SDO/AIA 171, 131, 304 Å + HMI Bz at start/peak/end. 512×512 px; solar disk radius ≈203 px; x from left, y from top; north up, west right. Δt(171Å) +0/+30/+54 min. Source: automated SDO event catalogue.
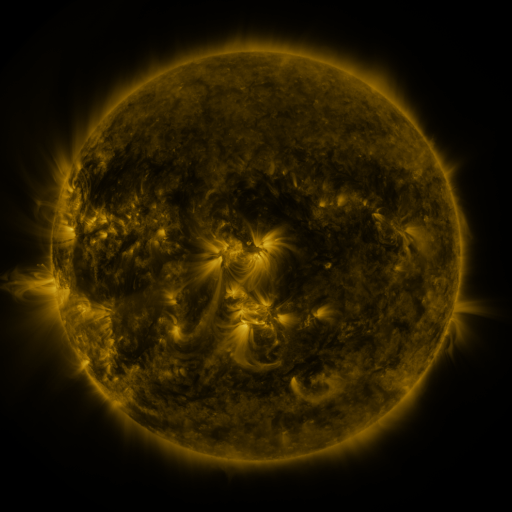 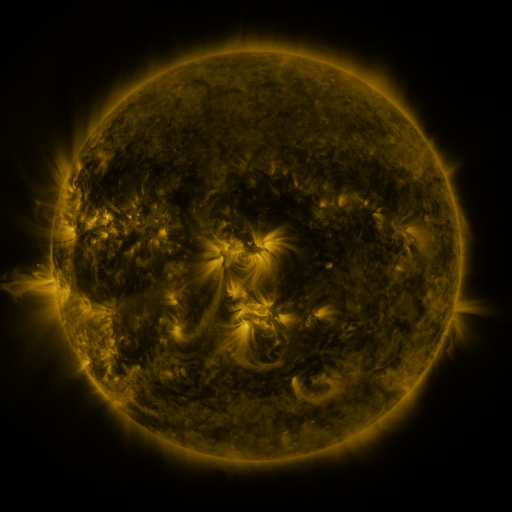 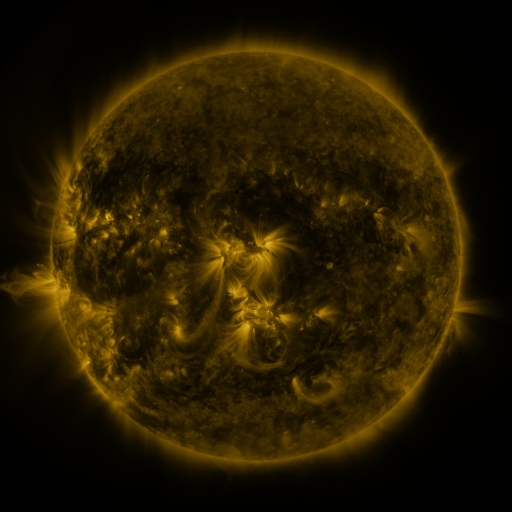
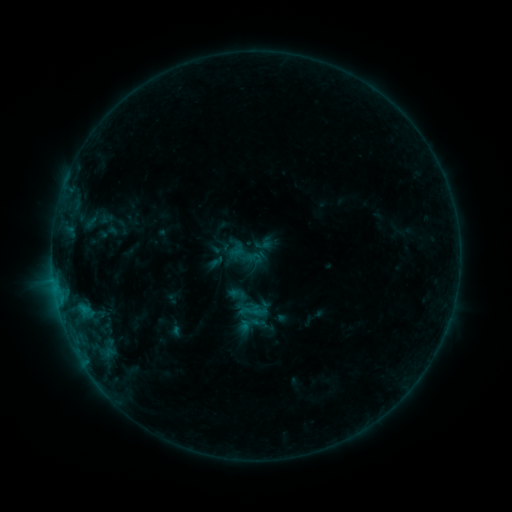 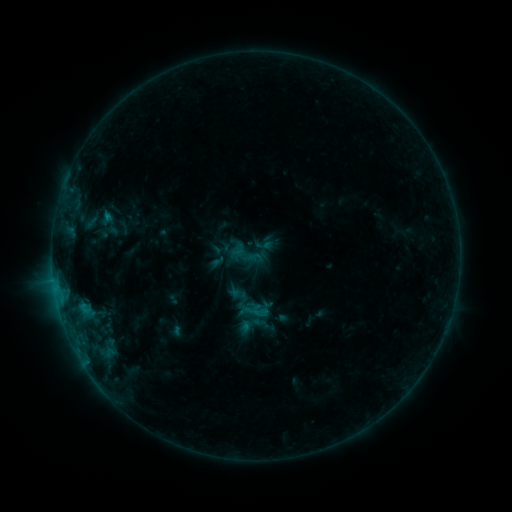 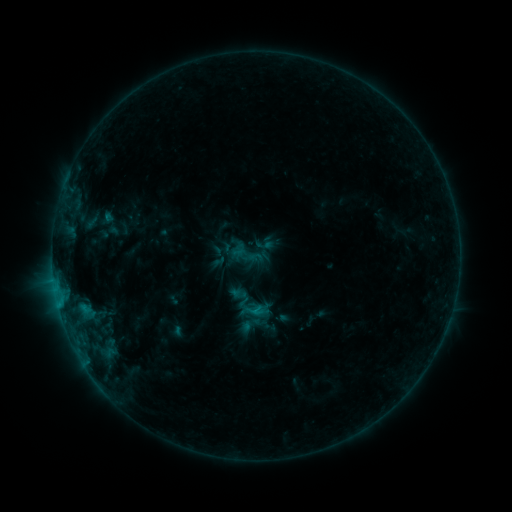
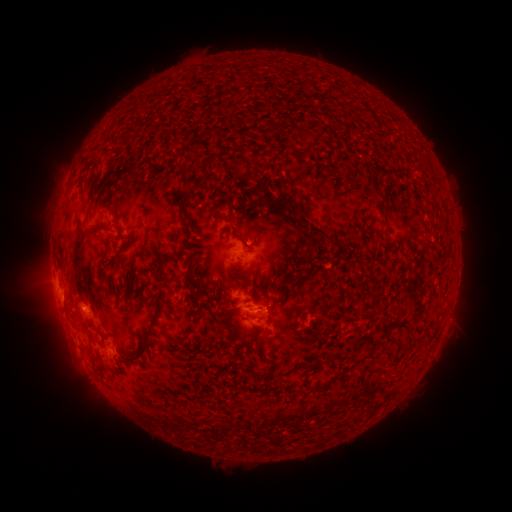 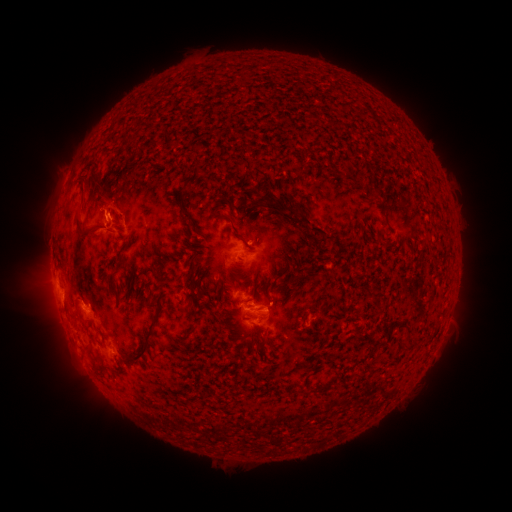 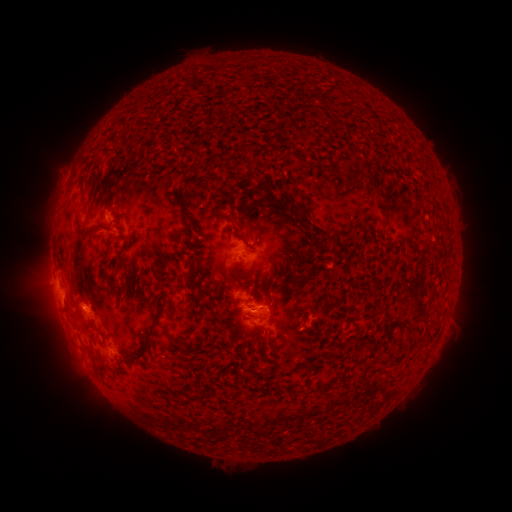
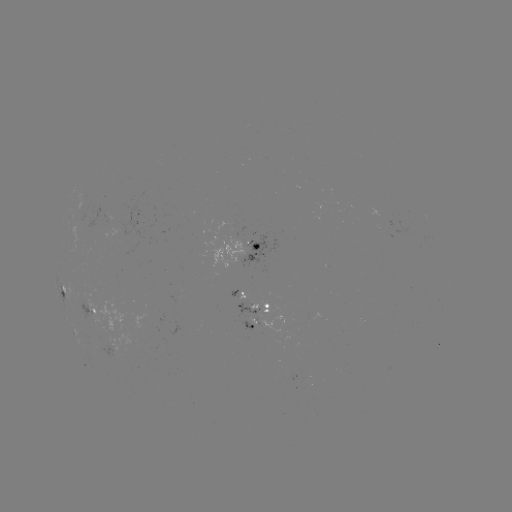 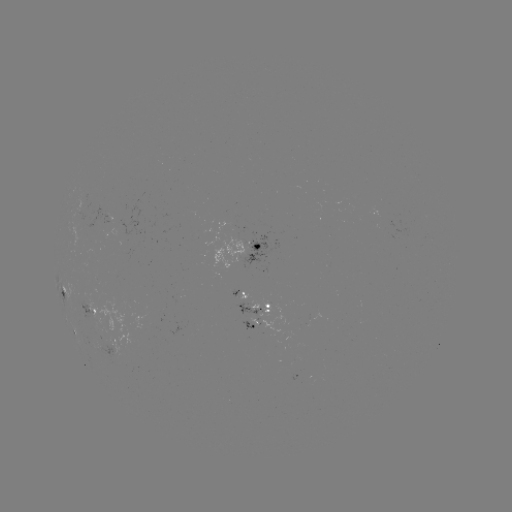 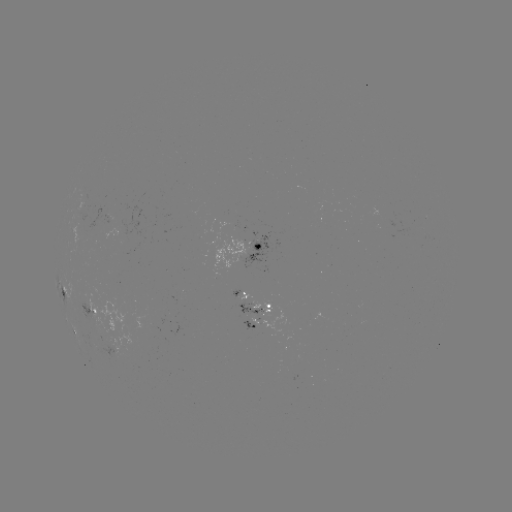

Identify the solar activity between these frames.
filament eruption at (105, 212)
